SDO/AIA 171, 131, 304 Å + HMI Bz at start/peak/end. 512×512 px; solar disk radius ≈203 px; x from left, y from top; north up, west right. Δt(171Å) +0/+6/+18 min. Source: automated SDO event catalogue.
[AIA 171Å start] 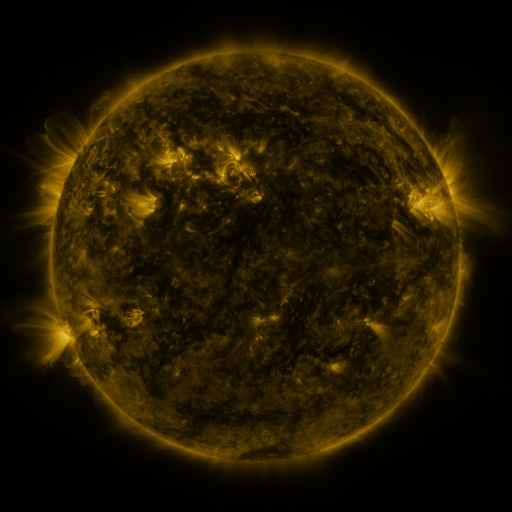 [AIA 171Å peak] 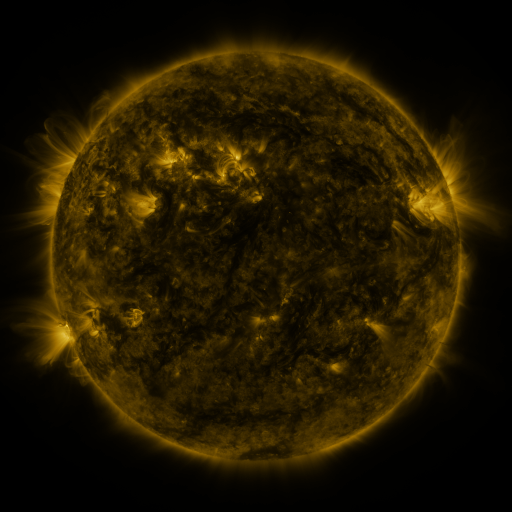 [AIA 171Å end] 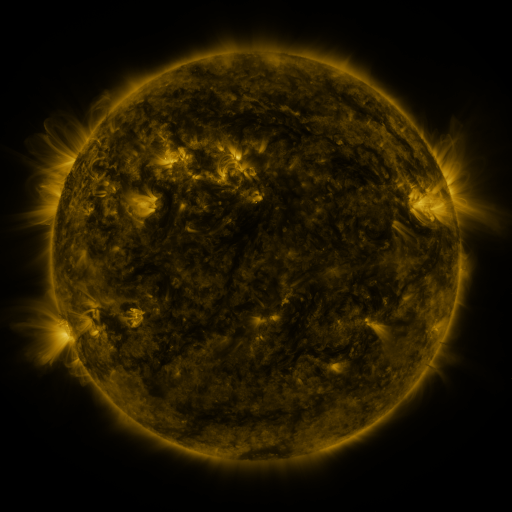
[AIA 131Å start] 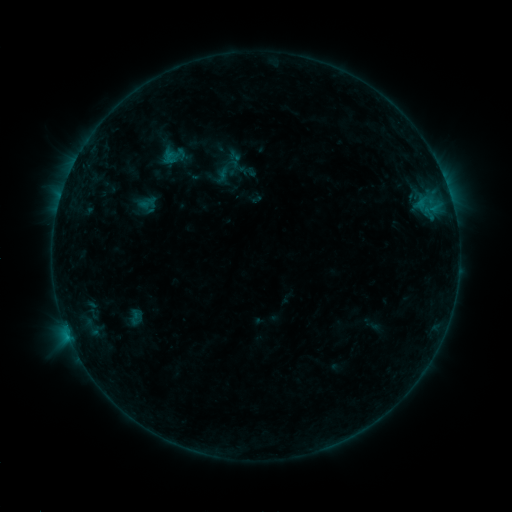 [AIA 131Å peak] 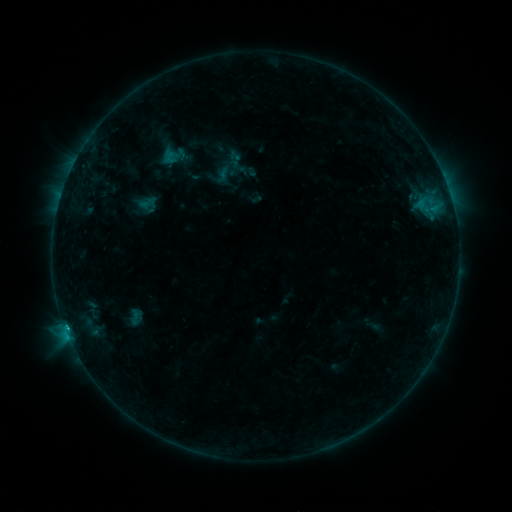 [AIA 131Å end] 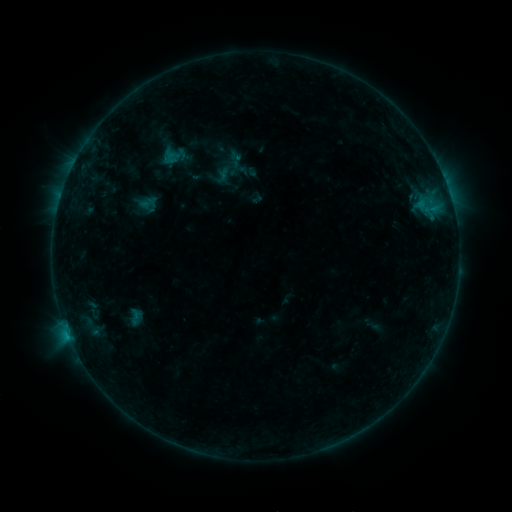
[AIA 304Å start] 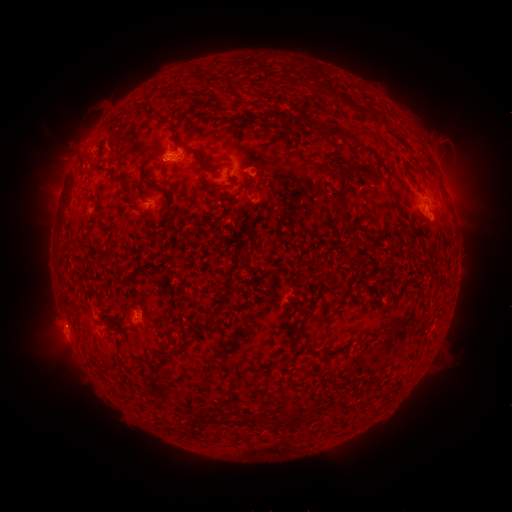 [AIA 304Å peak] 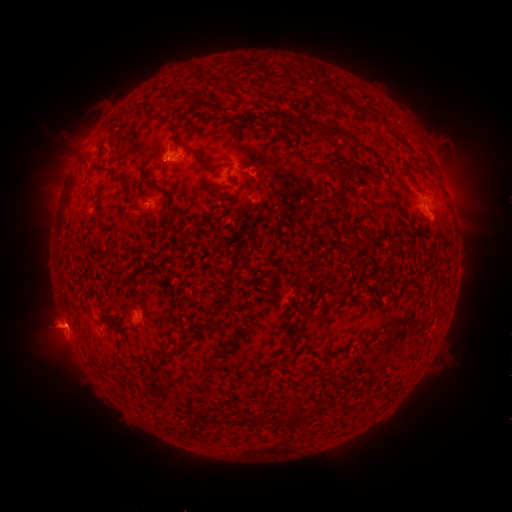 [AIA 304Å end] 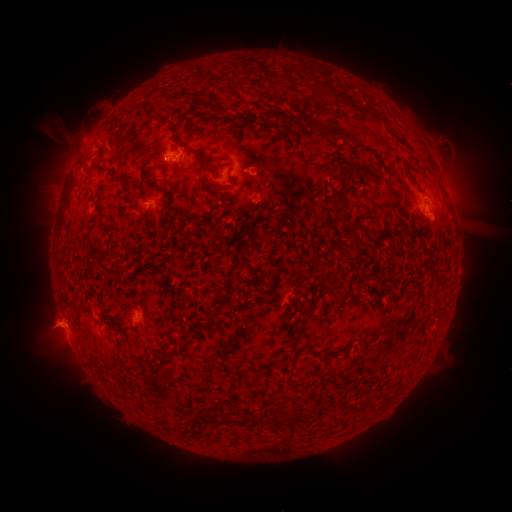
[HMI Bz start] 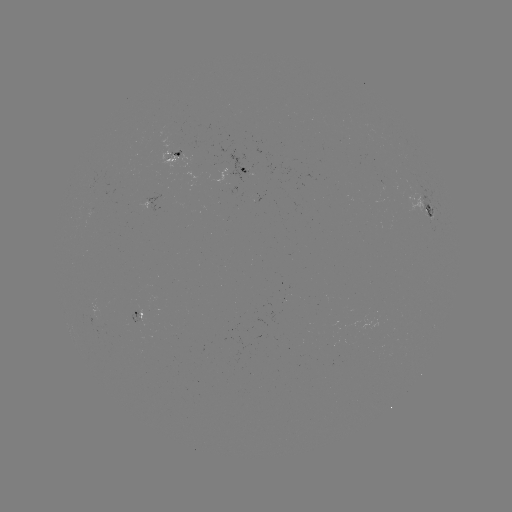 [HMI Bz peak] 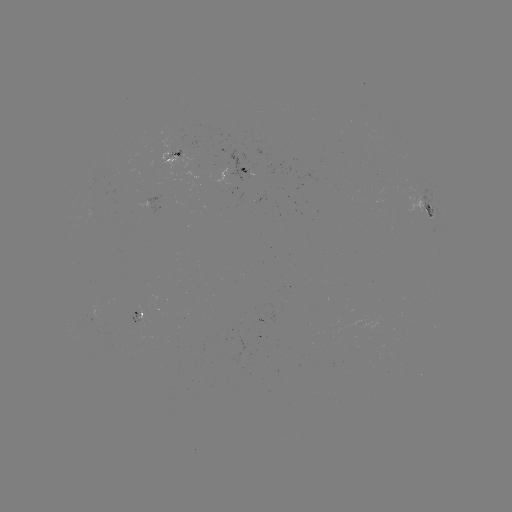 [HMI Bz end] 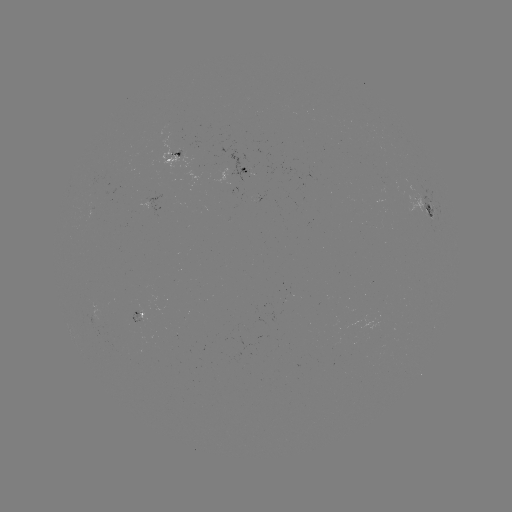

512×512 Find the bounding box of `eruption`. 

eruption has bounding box [20, 297, 95, 367].